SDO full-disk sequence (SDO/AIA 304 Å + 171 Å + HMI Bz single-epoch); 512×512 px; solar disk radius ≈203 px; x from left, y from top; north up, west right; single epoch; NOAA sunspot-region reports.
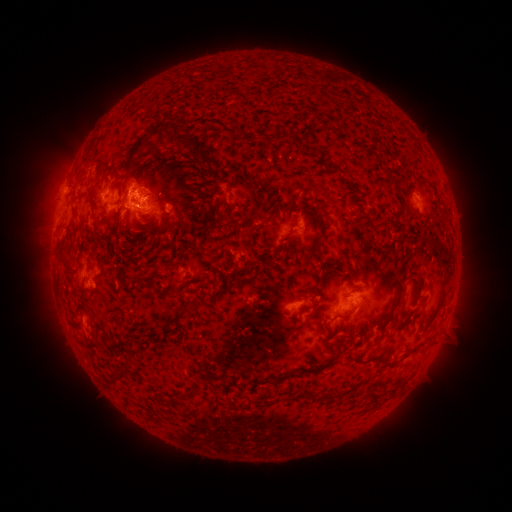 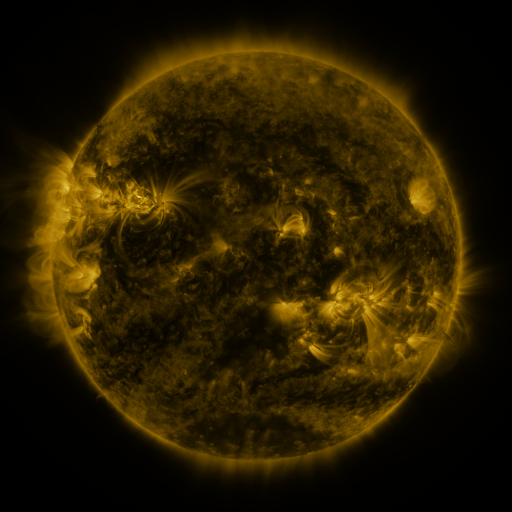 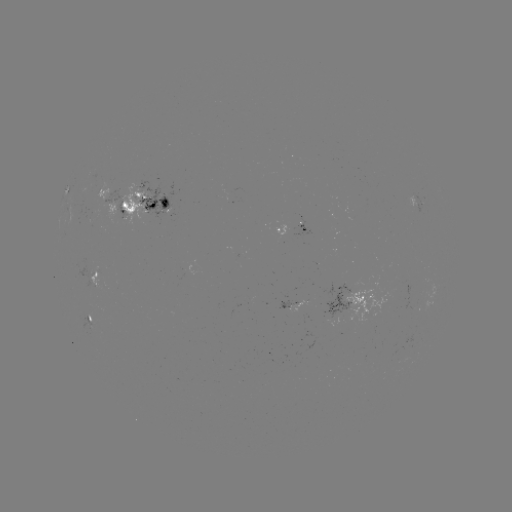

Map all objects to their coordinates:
spotted active region: (142, 200)
spotted active region: (422, 203)
spotted active region: (294, 229)
spotted active region: (96, 273)
spotted active region: (356, 302)
spotted active region: (293, 307)
spotted active region: (90, 319)
